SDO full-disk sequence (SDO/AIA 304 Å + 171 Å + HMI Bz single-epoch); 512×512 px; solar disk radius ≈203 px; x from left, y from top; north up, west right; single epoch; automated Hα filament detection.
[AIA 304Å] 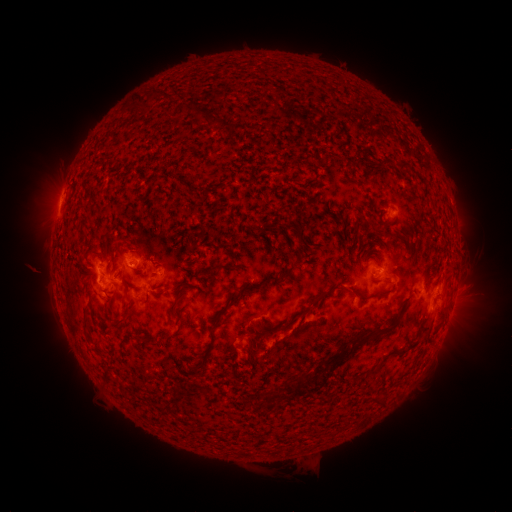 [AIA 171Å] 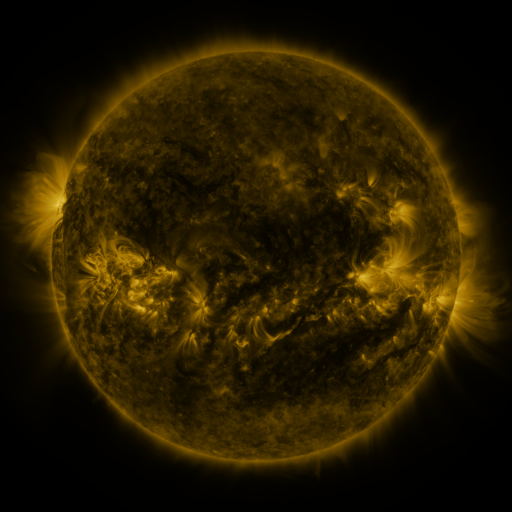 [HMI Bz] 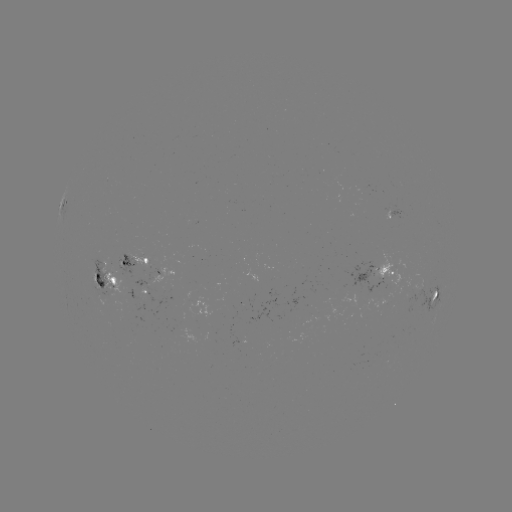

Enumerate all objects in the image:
filament: (148, 91, 158, 101)
filament: (205, 121, 222, 131)
filament: (225, 125, 235, 135)
filament: (395, 157, 405, 168)
filament: (396, 226, 412, 237)
filament: (294, 233, 308, 249)
filament: (208, 261, 240, 274)
filament: (263, 267, 293, 284)
filament: (121, 274, 130, 297)
filament: (109, 278, 118, 287)
filament: (228, 280, 264, 304)
filament: (282, 283, 355, 331)
filament: (170, 298, 182, 313)
filament: (148, 302, 160, 313)
filament: (83, 311, 93, 331)
filament: (111, 312, 132, 330)
filament: (427, 314, 435, 324)
filament: (170, 316, 187, 344)
filament: (210, 324, 222, 349)
filament: (138, 334, 160, 351)
filament: (165, 349, 175, 358)
filament: (331, 351, 343, 361)
filament: (365, 367, 379, 376)
